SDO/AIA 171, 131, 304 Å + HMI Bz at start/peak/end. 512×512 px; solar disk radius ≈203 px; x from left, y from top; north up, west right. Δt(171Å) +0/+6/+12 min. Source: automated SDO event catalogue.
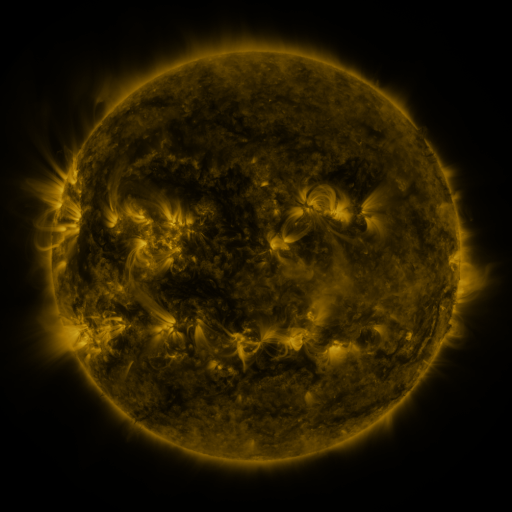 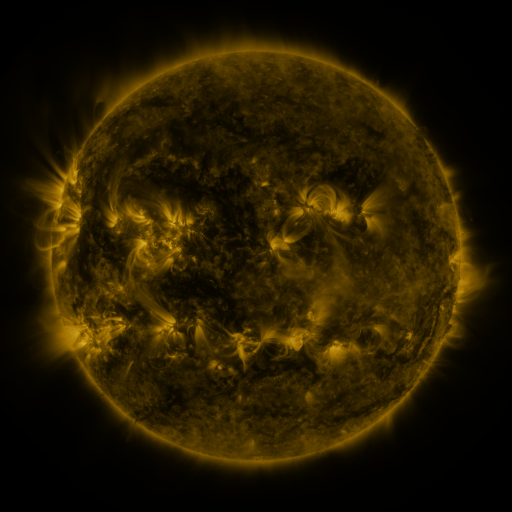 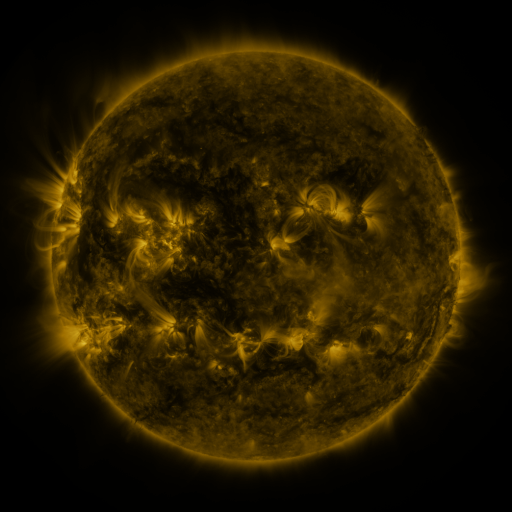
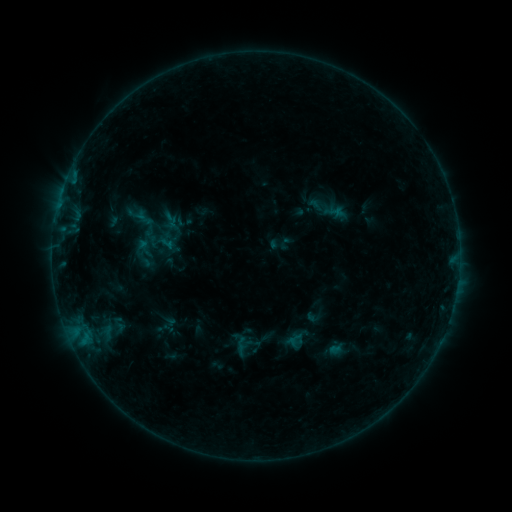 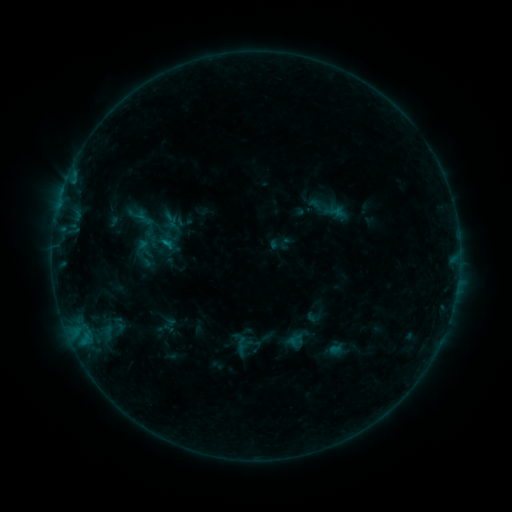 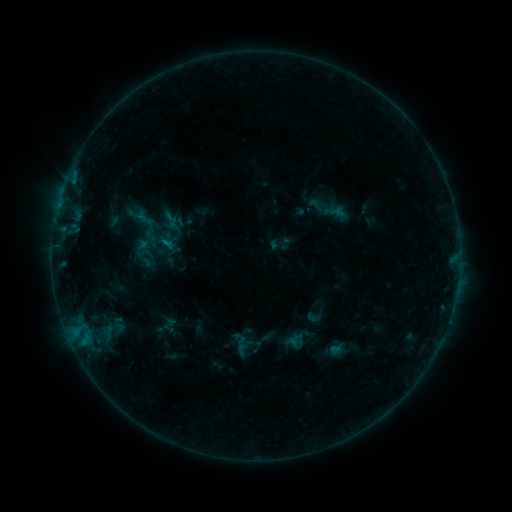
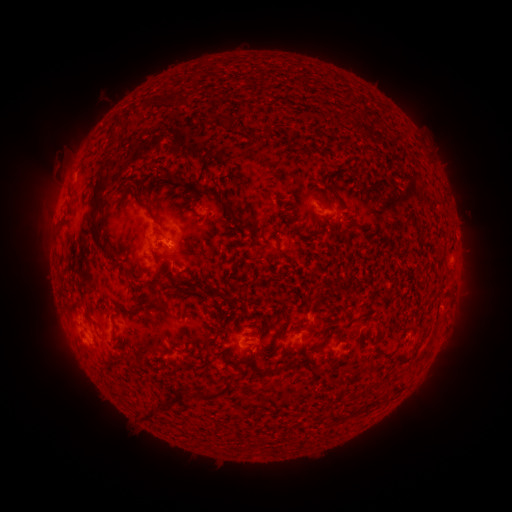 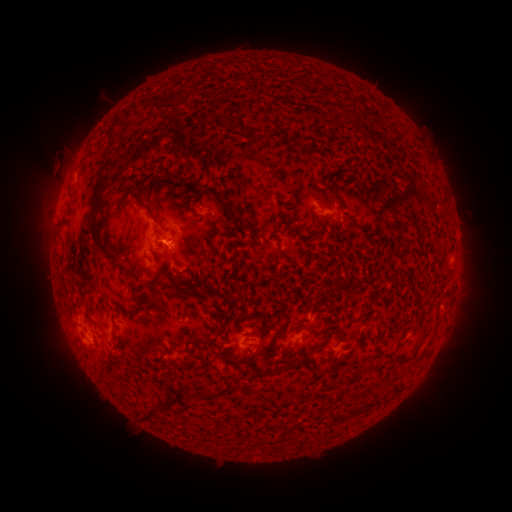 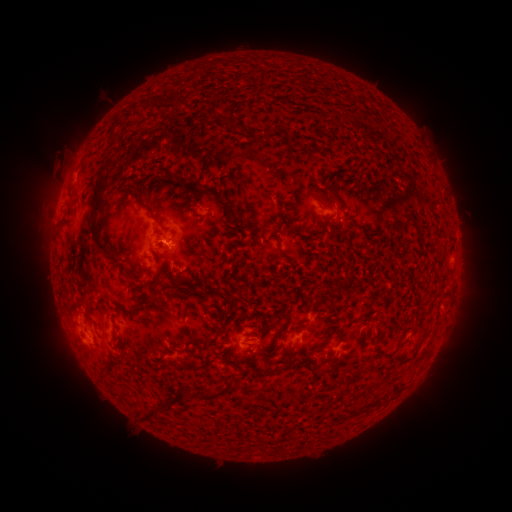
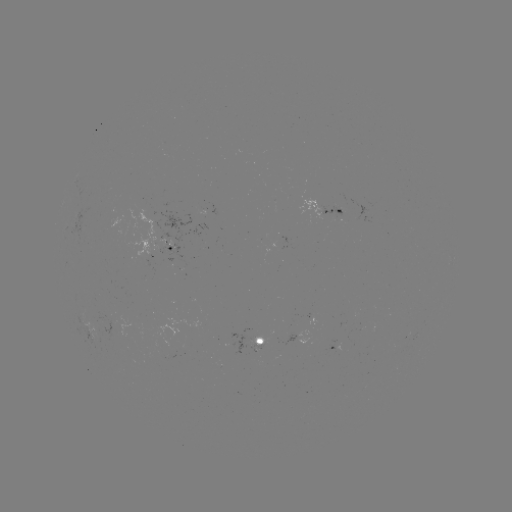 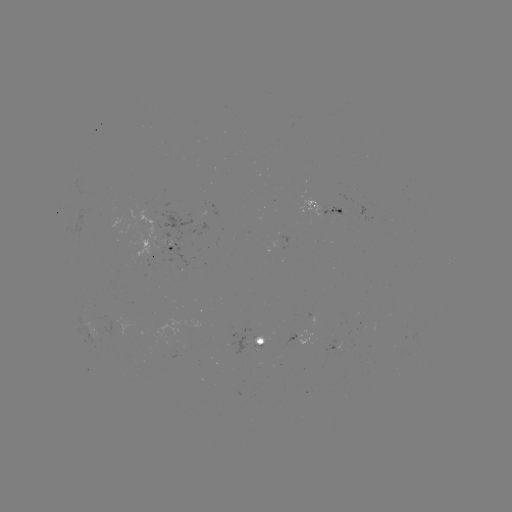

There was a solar flare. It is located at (167, 246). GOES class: B3.2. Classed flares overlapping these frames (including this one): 1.